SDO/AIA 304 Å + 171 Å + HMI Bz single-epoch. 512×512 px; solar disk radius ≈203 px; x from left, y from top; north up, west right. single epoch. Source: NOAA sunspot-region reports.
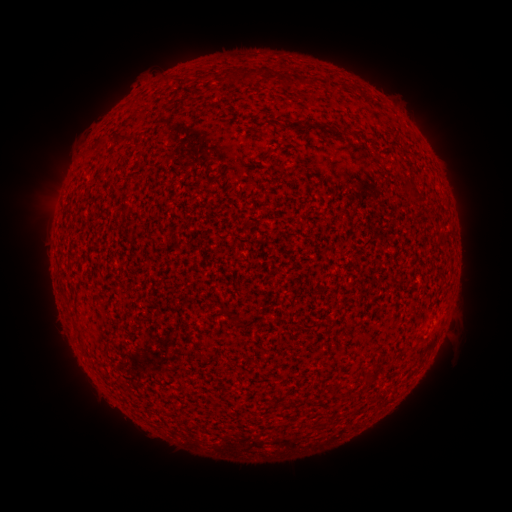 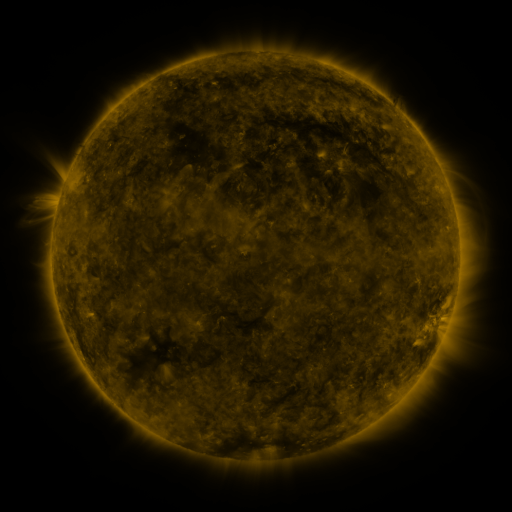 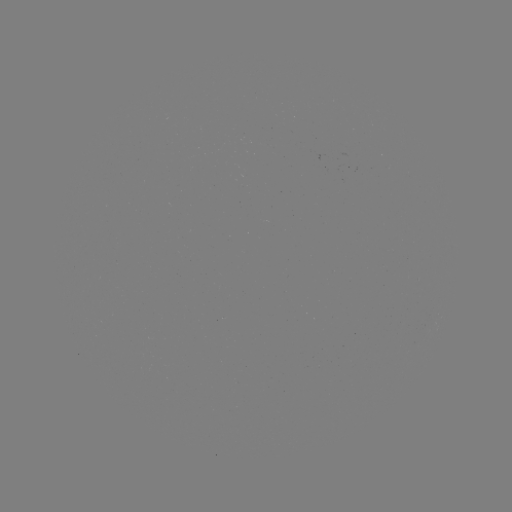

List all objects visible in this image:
(none)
